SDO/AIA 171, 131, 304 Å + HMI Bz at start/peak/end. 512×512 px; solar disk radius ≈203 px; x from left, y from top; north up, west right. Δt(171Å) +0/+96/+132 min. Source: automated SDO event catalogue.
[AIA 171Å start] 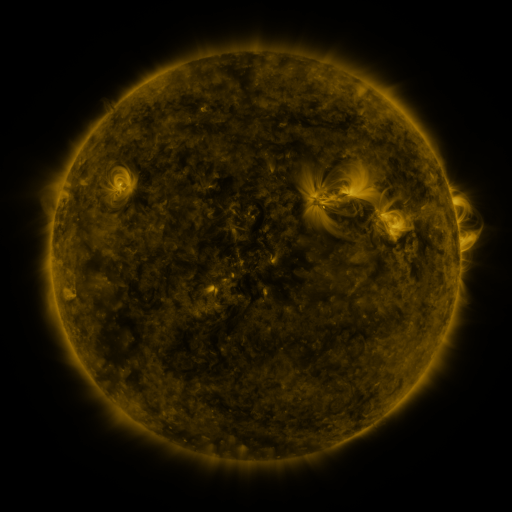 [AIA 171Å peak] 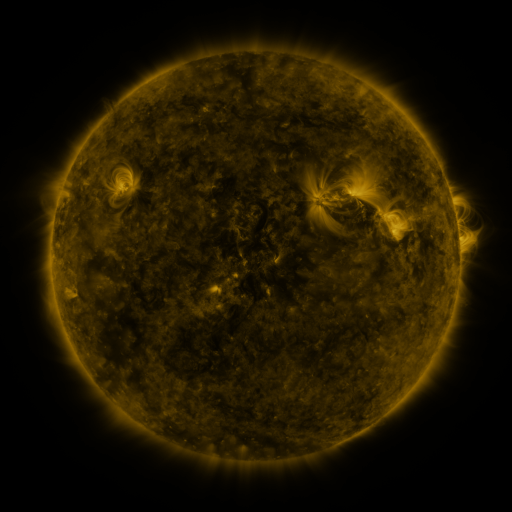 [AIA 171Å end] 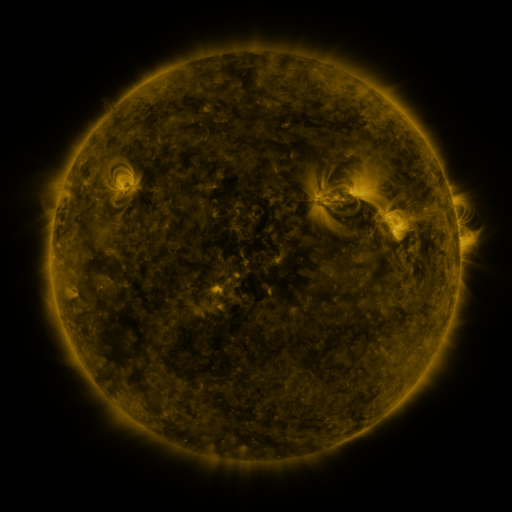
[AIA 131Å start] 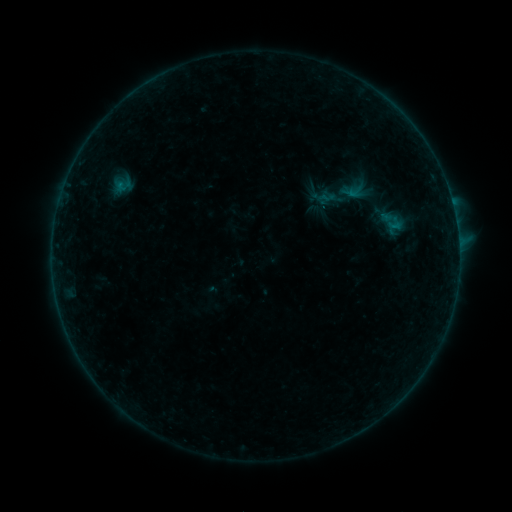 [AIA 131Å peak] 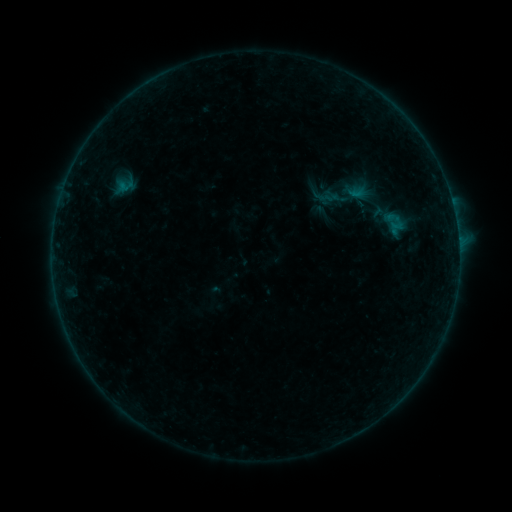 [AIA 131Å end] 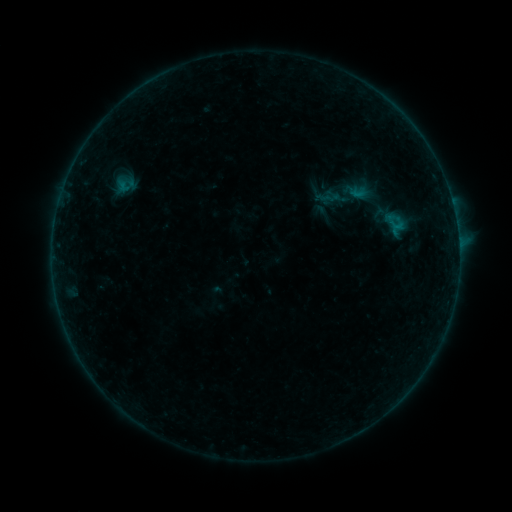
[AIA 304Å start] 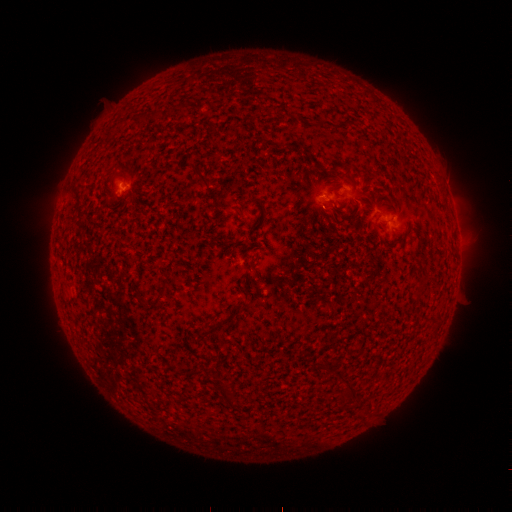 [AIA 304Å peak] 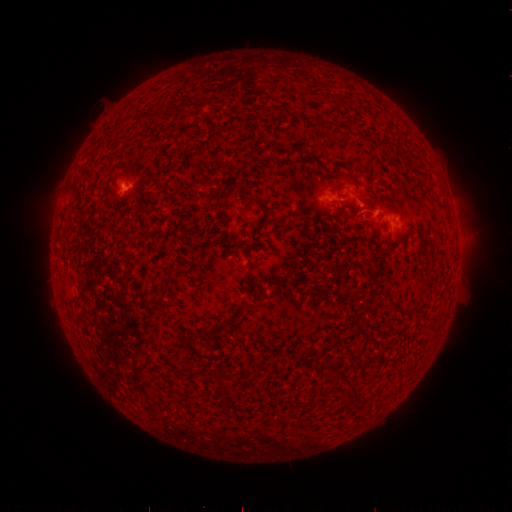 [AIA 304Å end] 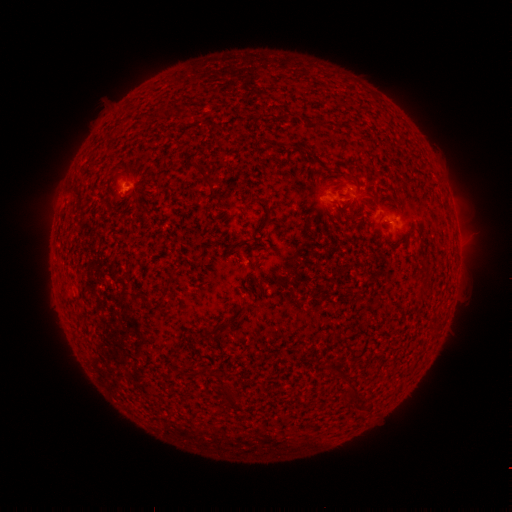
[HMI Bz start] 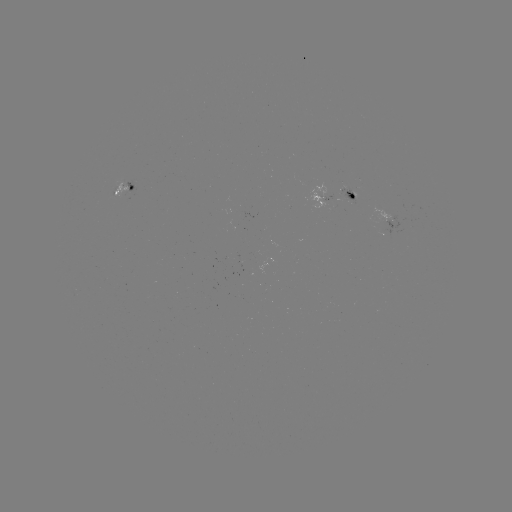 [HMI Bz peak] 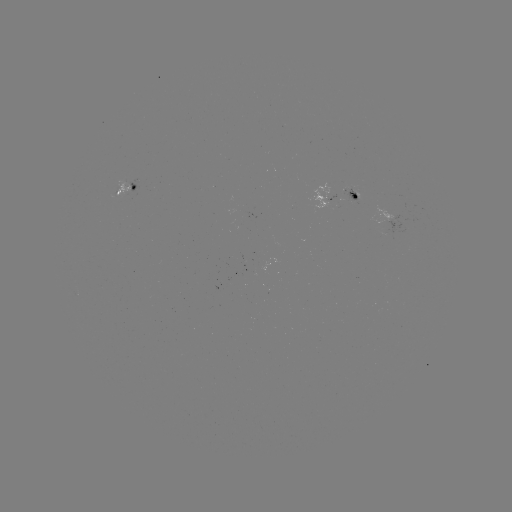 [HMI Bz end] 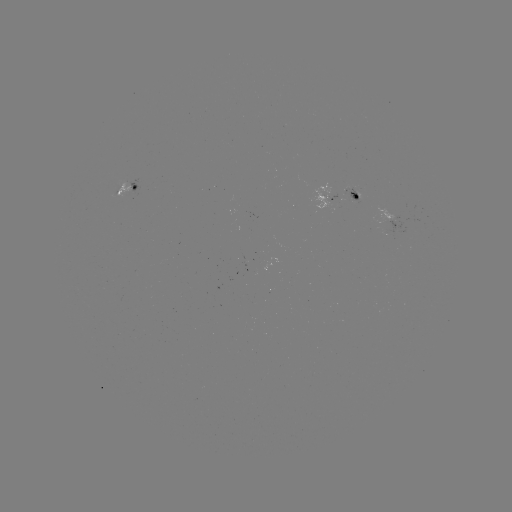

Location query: emerging-flux region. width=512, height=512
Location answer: [123, 186].